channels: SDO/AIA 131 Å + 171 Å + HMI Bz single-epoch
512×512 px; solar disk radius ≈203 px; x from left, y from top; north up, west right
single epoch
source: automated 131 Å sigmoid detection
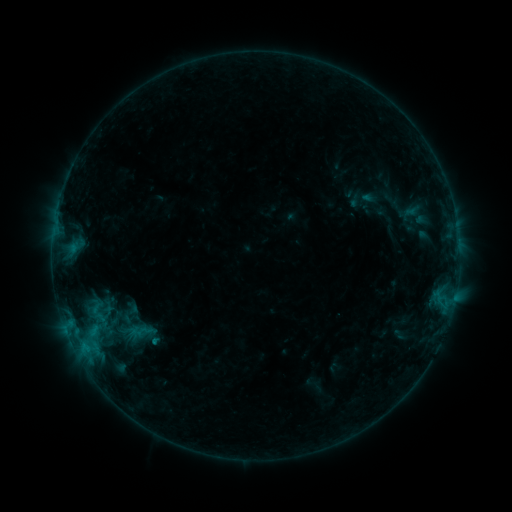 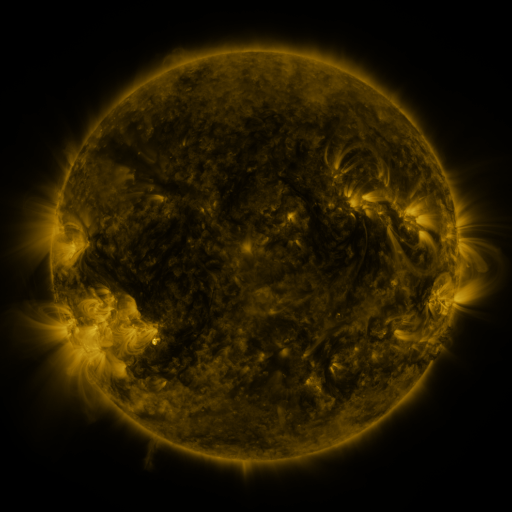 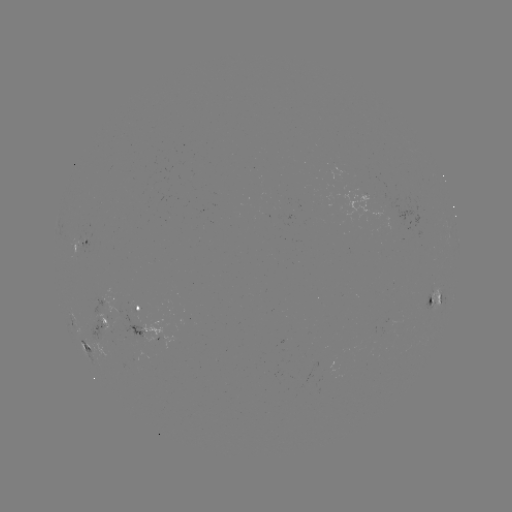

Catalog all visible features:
sigmoid: <bbox>113, 302, 146, 326</bbox>
